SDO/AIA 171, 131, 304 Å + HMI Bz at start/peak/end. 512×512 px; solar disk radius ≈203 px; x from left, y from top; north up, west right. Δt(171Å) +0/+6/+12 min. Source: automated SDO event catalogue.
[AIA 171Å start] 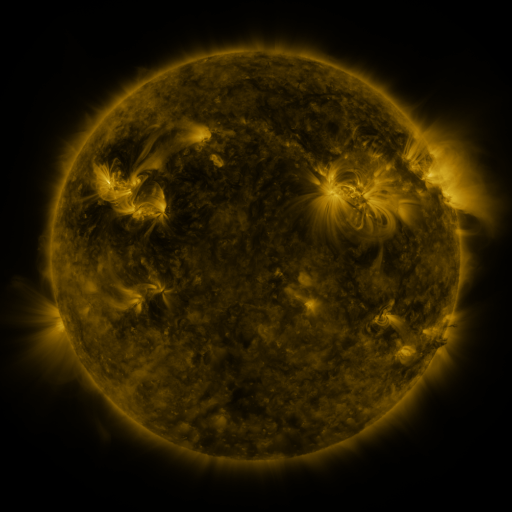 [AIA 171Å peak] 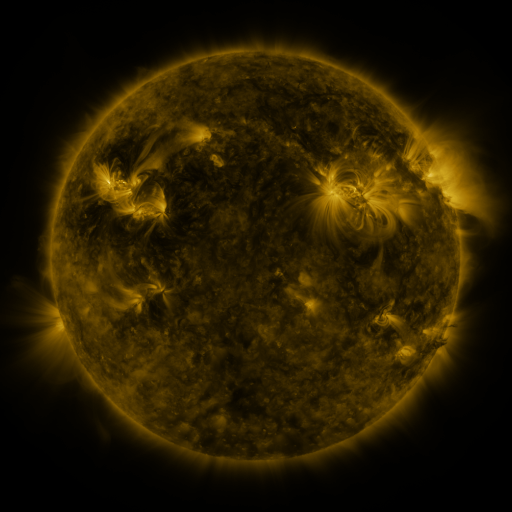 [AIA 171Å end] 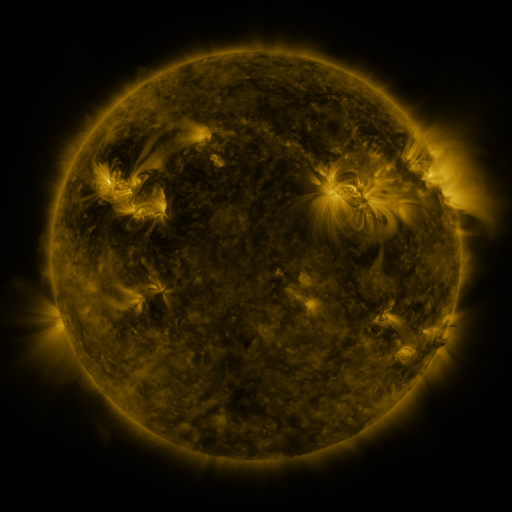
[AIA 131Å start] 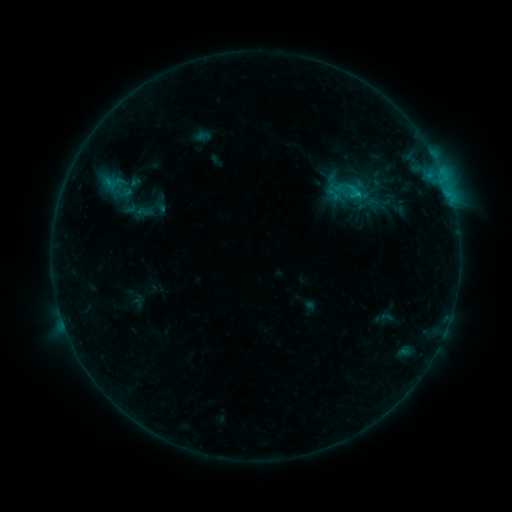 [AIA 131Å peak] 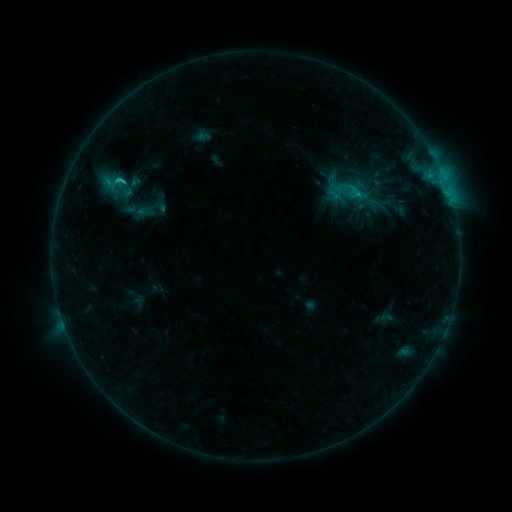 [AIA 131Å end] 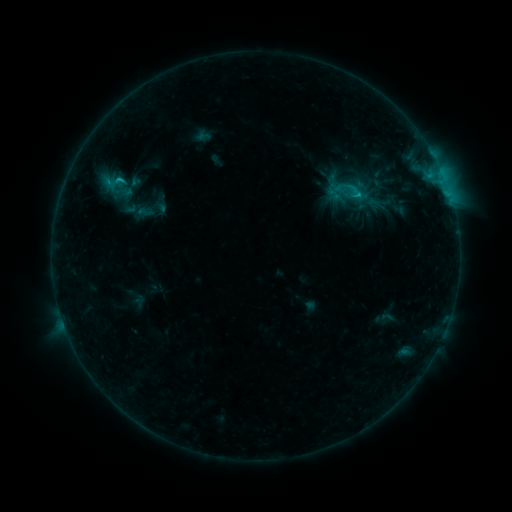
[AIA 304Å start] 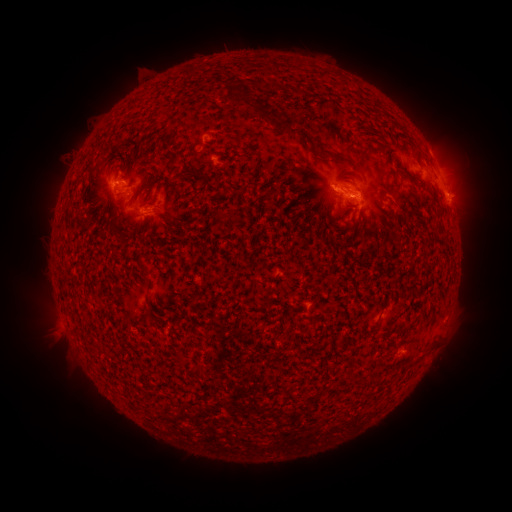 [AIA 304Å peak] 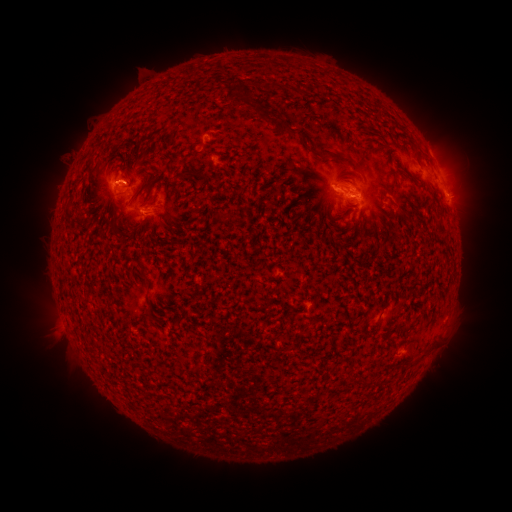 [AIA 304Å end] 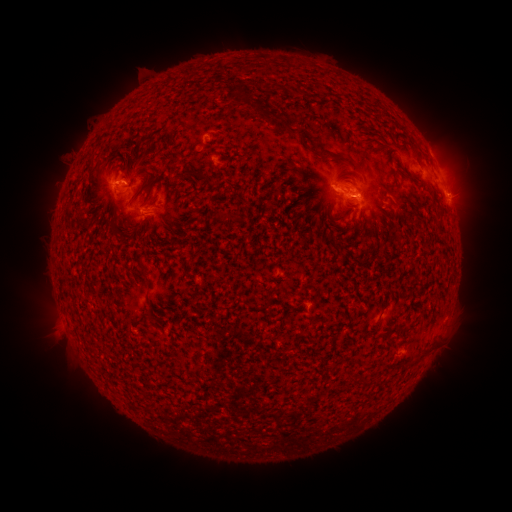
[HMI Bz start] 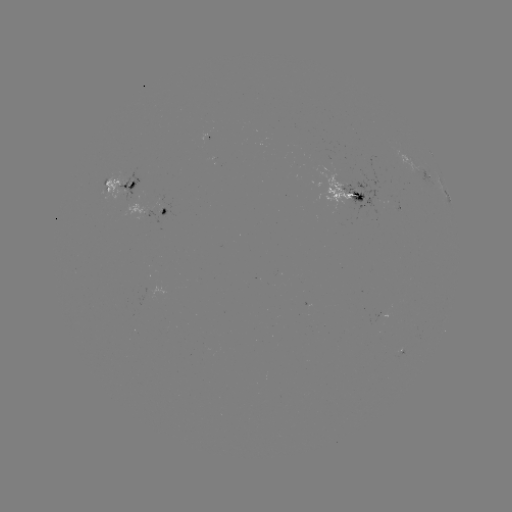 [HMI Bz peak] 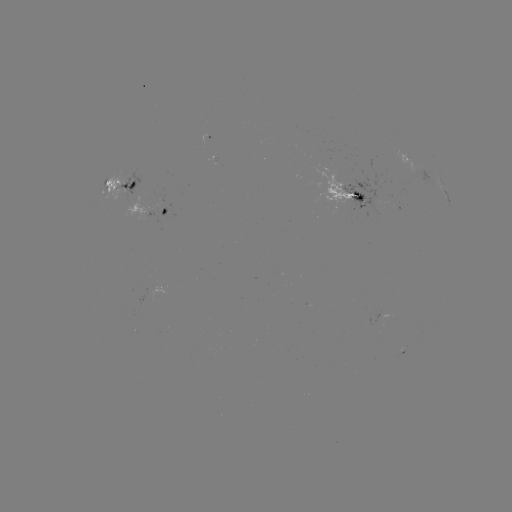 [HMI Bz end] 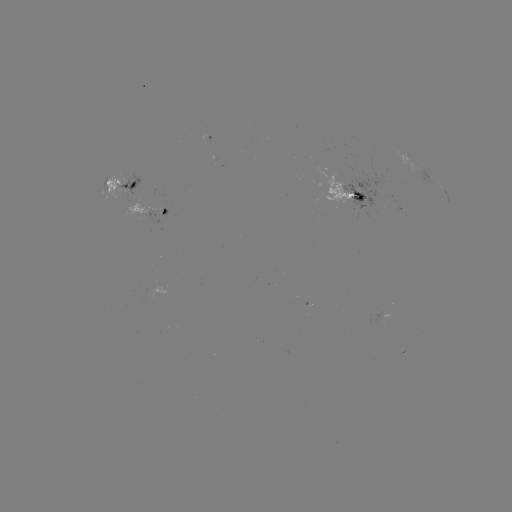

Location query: C1.4 flare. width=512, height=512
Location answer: [120, 183].